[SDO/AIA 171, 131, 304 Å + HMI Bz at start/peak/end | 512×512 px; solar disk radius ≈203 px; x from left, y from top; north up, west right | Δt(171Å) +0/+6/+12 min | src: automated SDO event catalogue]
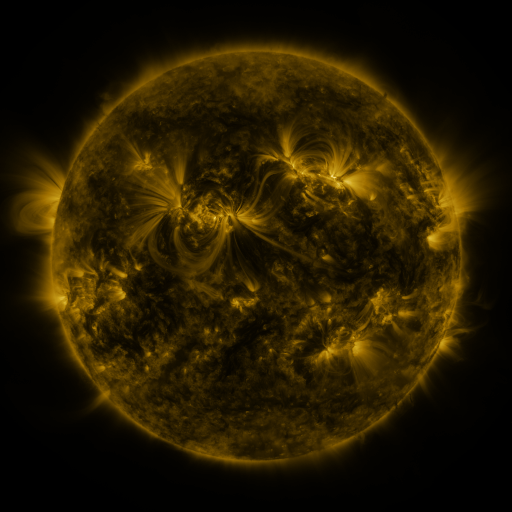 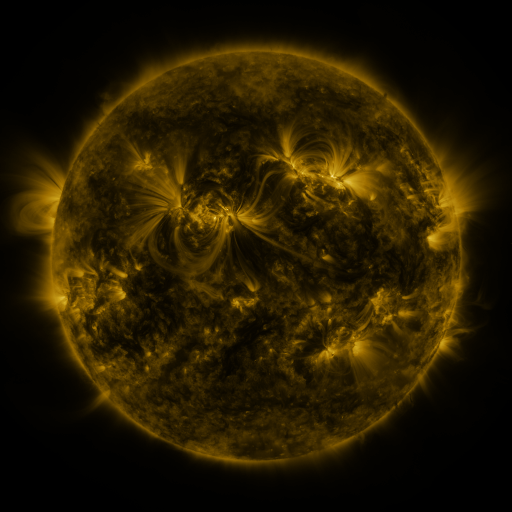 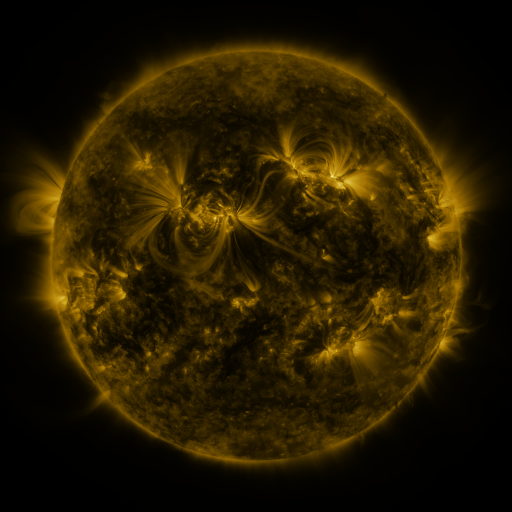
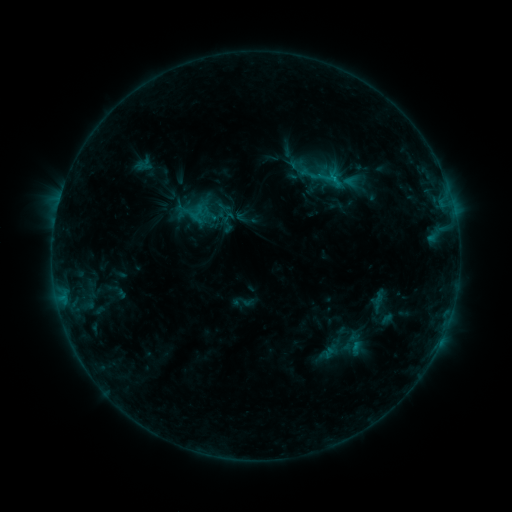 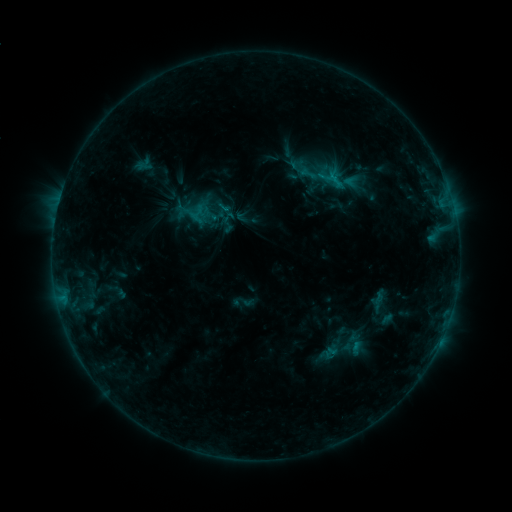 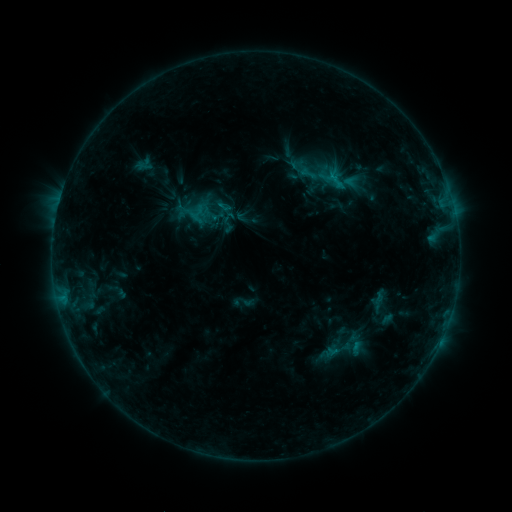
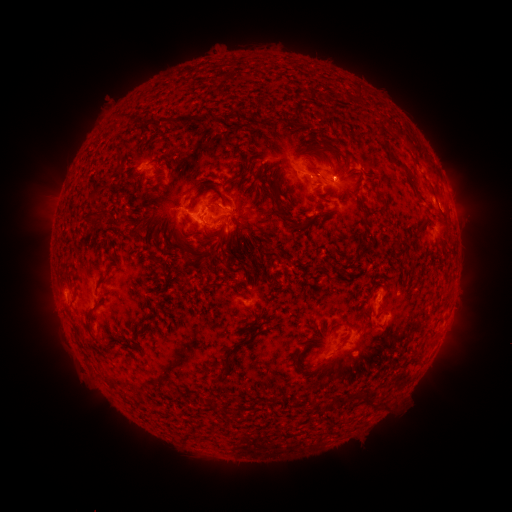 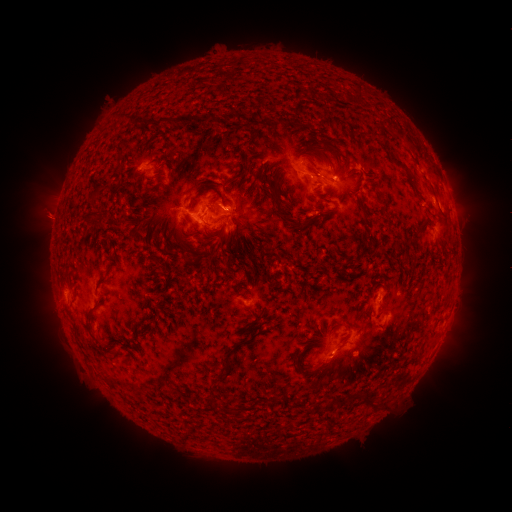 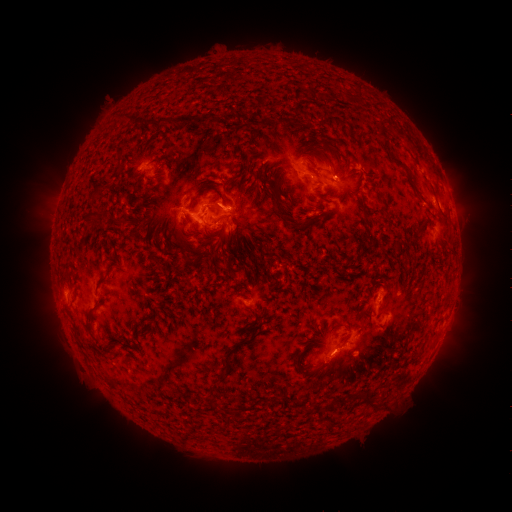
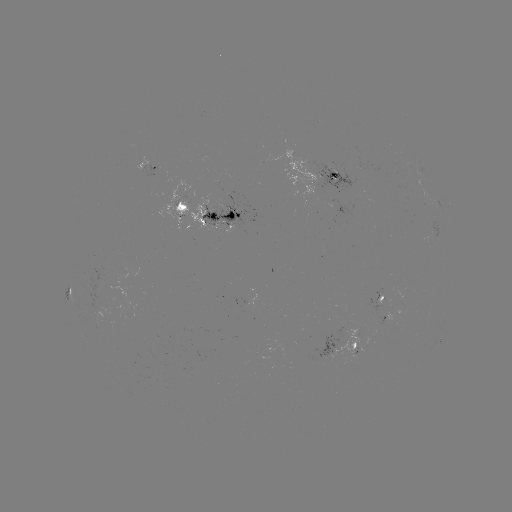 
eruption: <bbox>17, 188, 83, 244</bbox>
